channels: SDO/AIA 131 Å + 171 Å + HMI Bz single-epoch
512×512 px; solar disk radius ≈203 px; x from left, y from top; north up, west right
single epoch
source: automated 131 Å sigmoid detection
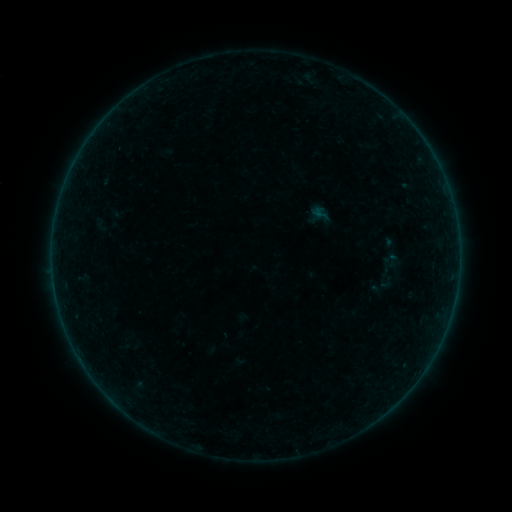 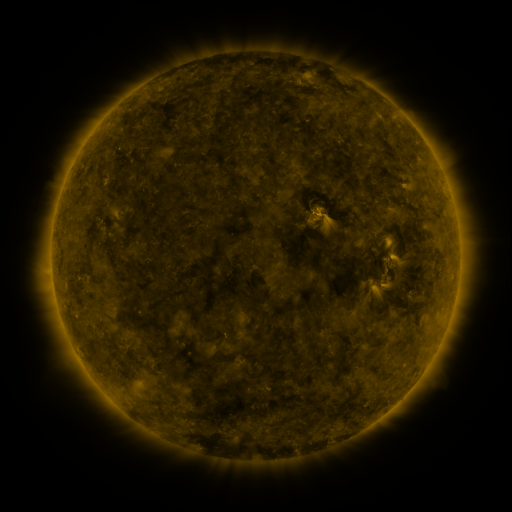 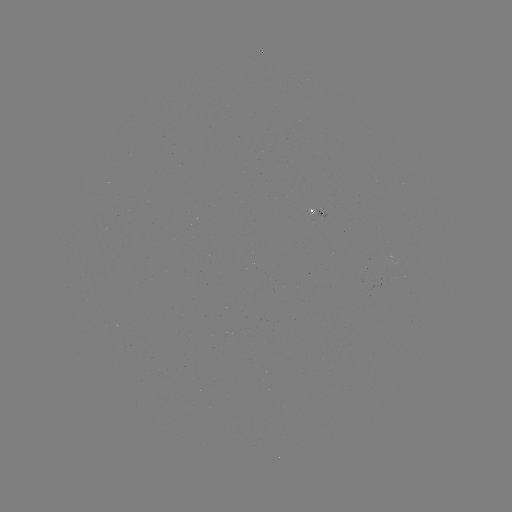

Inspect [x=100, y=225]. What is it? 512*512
sigmoid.